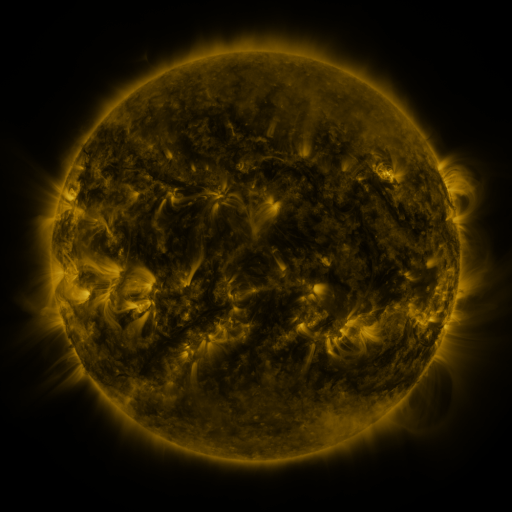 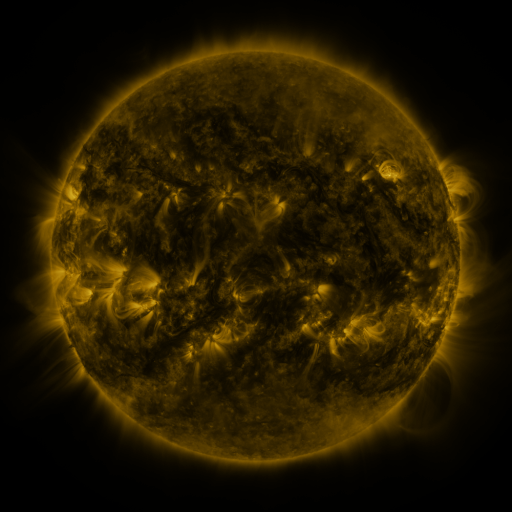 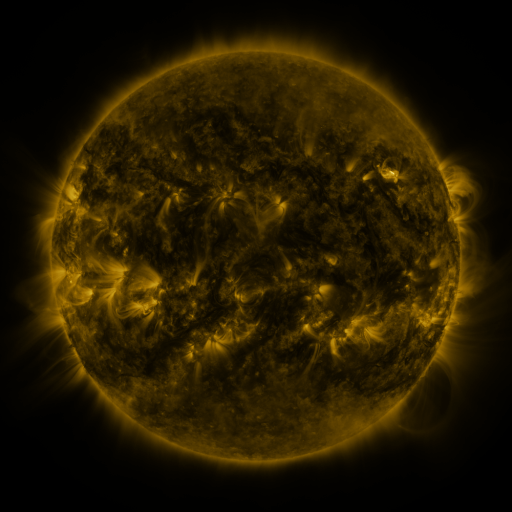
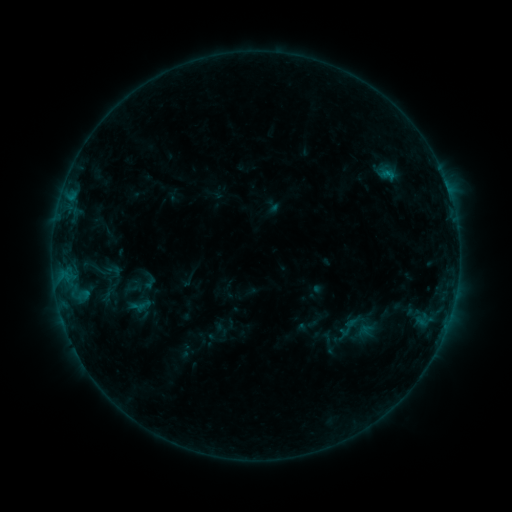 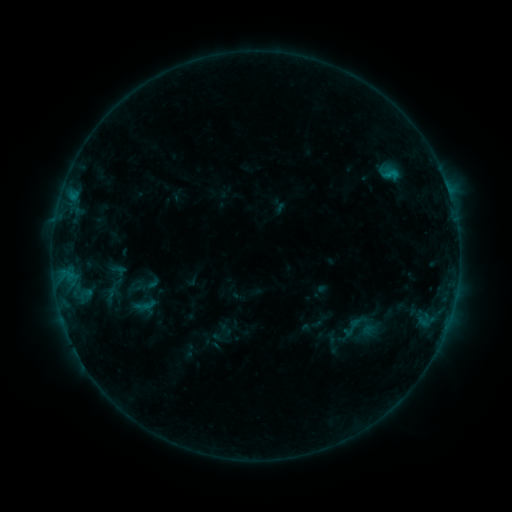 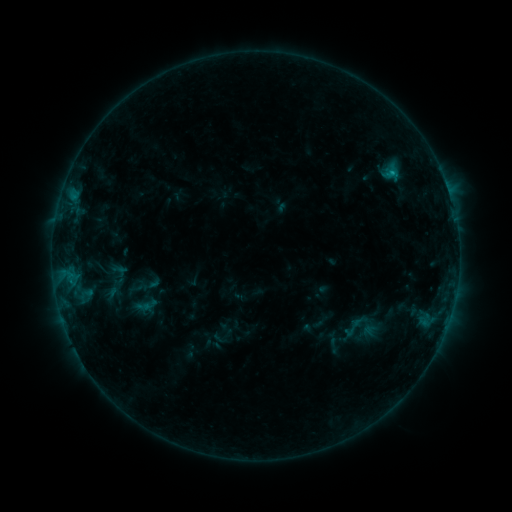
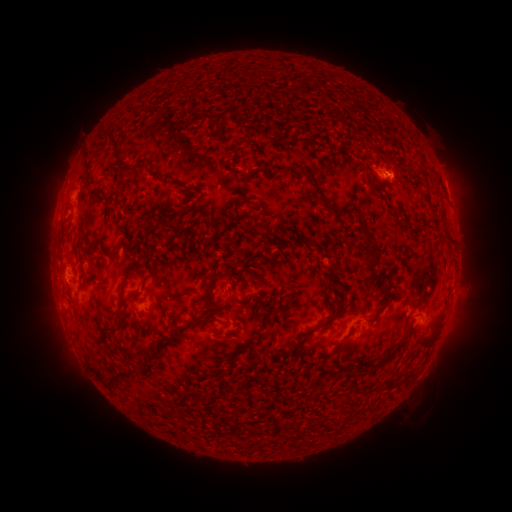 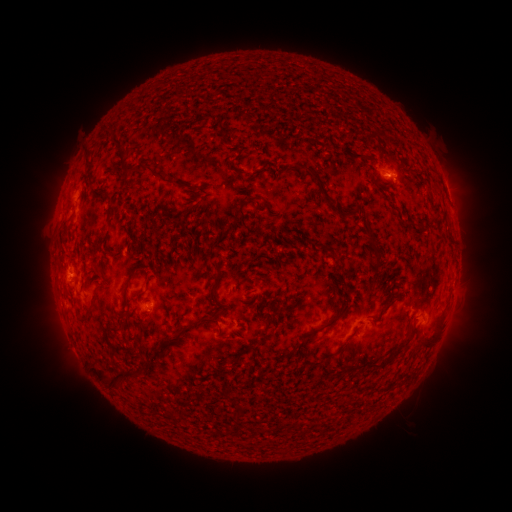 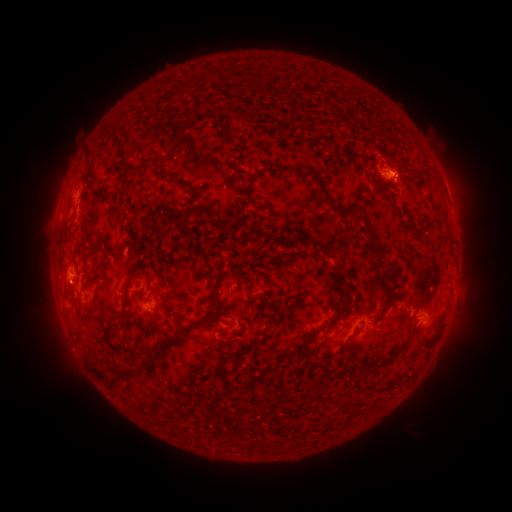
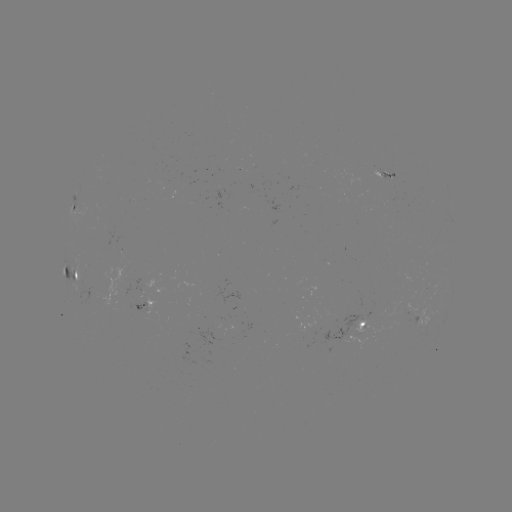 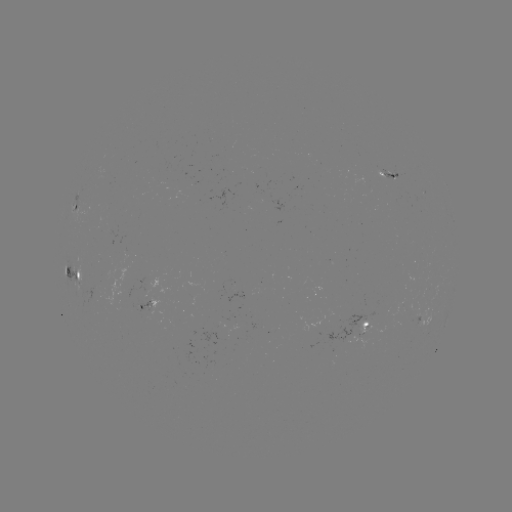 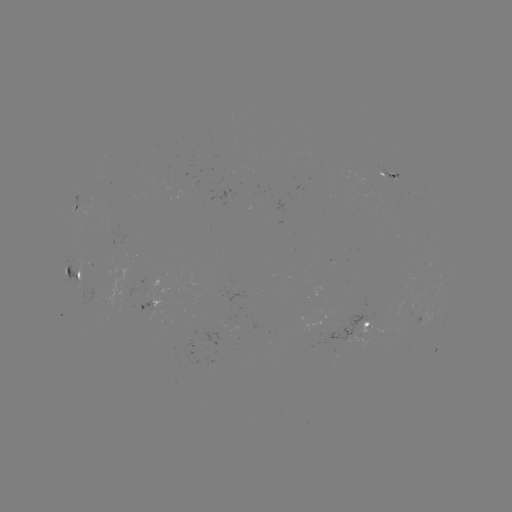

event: emerging-flux region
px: (393, 177)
